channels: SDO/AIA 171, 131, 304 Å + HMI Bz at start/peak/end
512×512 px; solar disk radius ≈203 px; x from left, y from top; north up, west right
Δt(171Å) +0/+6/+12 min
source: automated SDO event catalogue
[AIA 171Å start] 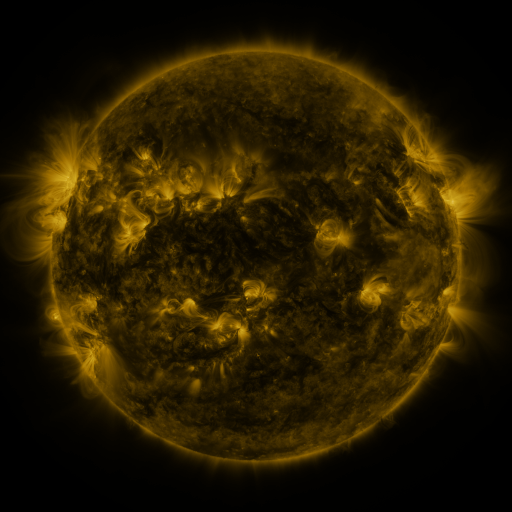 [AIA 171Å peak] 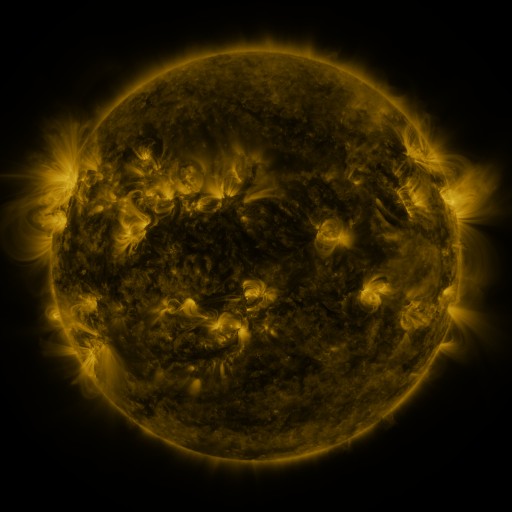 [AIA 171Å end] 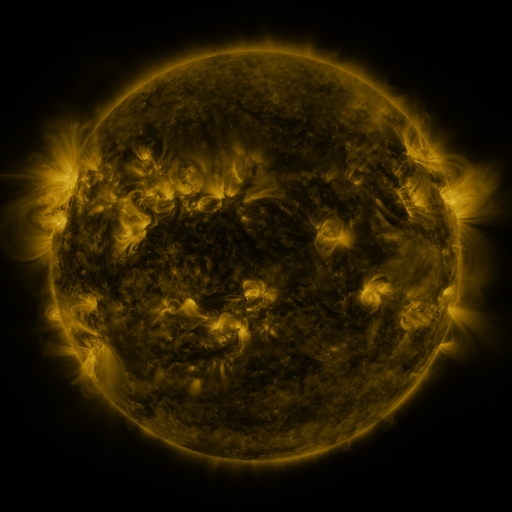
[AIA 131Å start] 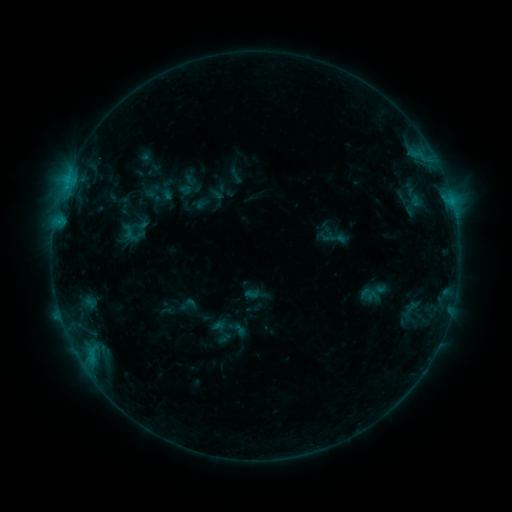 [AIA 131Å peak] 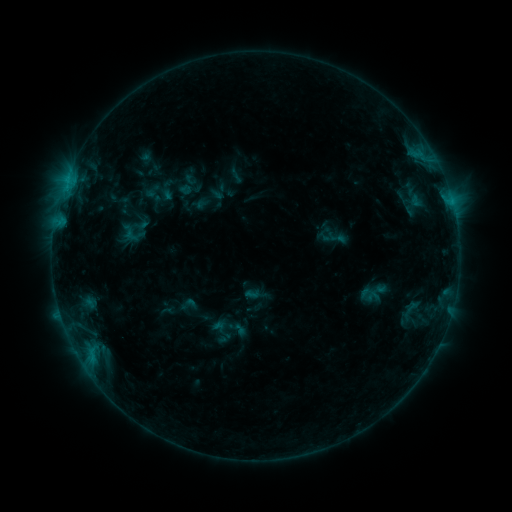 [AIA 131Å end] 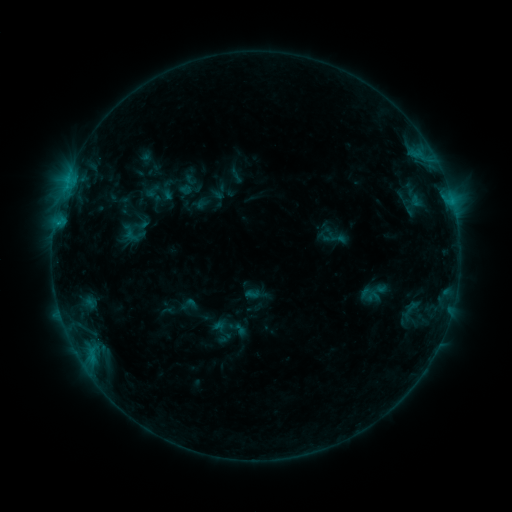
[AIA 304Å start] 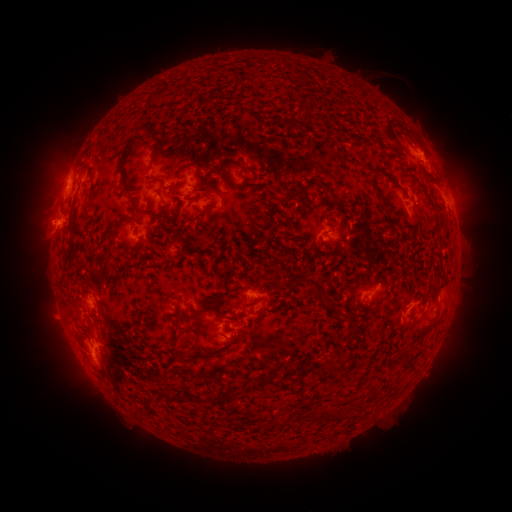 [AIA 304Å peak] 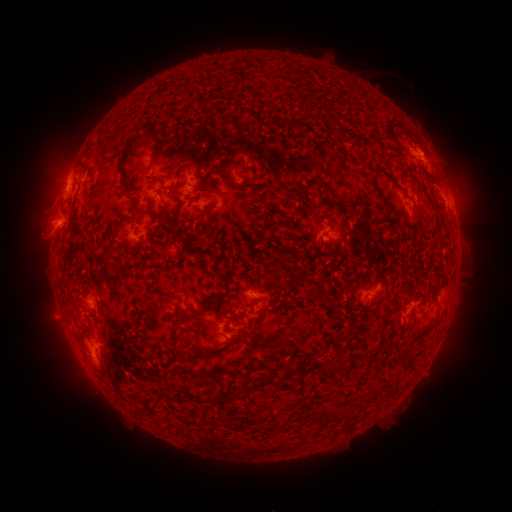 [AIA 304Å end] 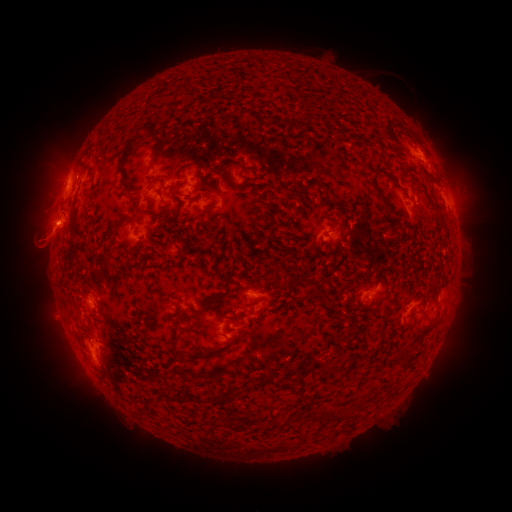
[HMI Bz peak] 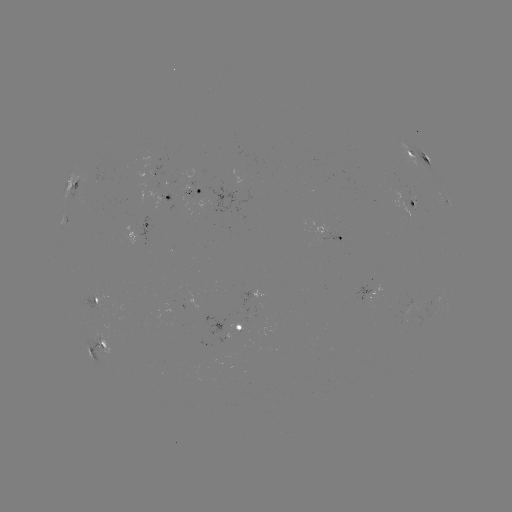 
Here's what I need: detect eruption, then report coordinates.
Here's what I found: eruption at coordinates [48, 244].